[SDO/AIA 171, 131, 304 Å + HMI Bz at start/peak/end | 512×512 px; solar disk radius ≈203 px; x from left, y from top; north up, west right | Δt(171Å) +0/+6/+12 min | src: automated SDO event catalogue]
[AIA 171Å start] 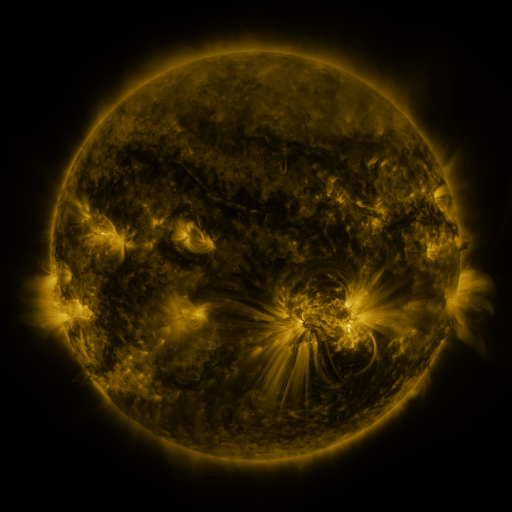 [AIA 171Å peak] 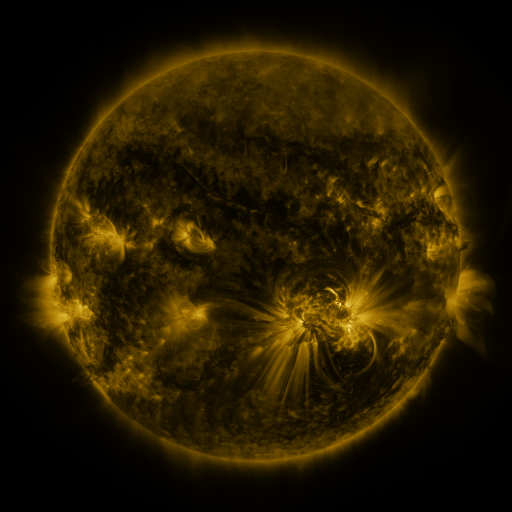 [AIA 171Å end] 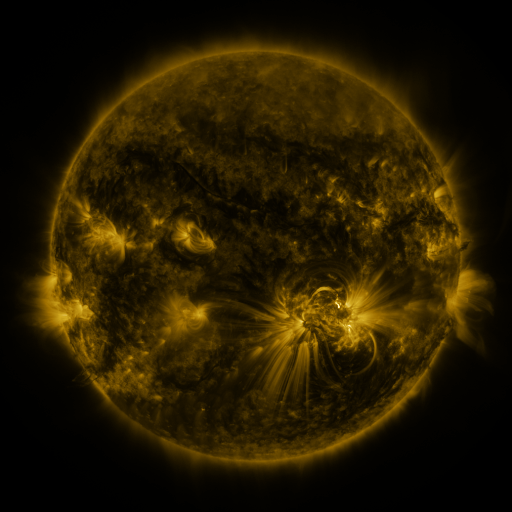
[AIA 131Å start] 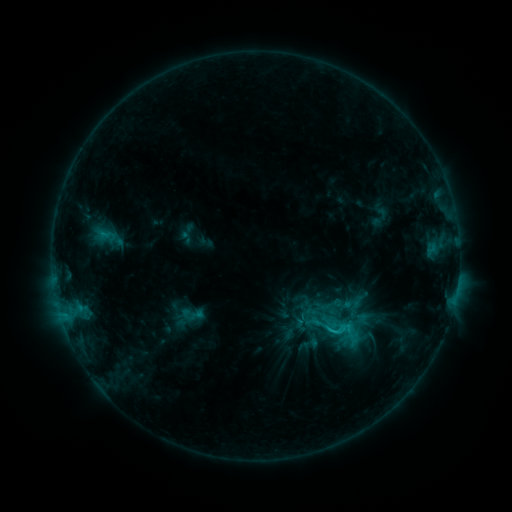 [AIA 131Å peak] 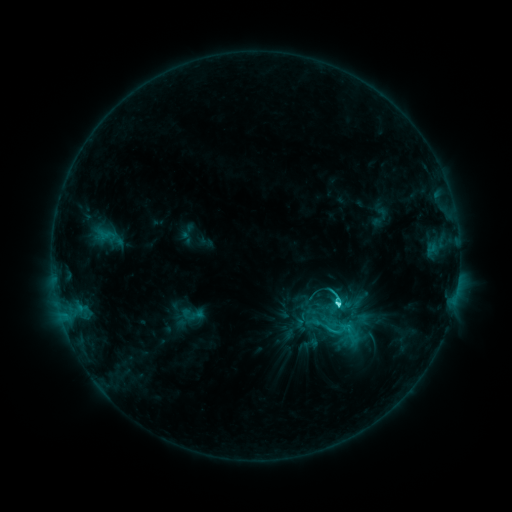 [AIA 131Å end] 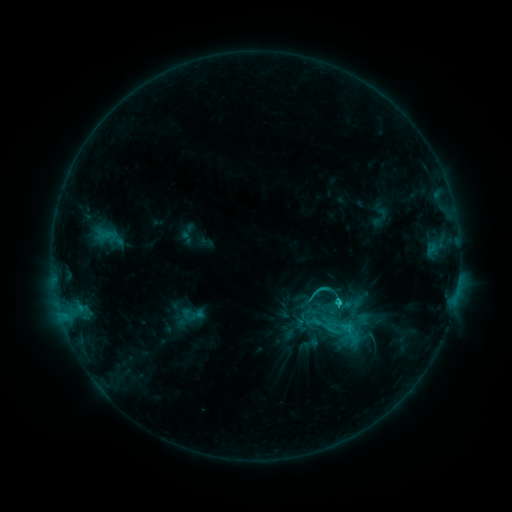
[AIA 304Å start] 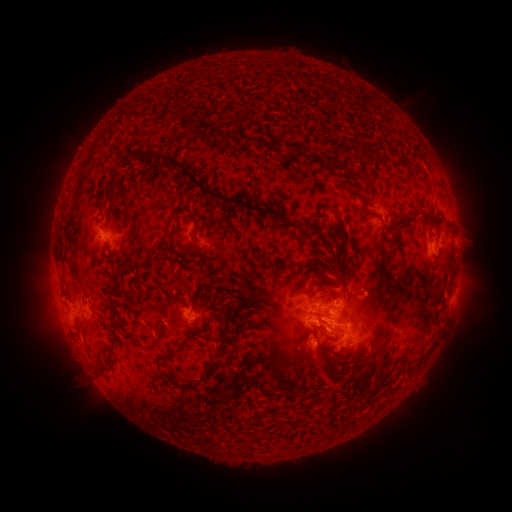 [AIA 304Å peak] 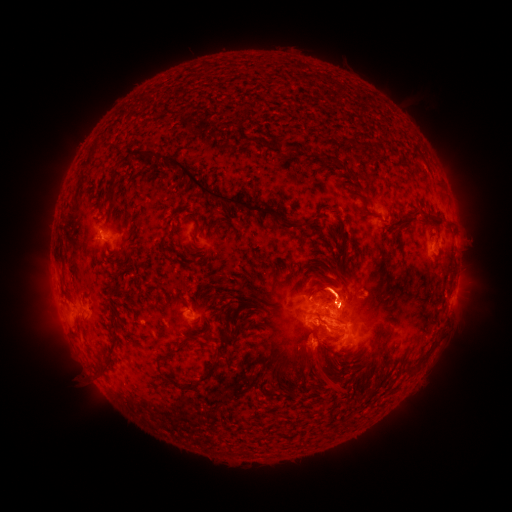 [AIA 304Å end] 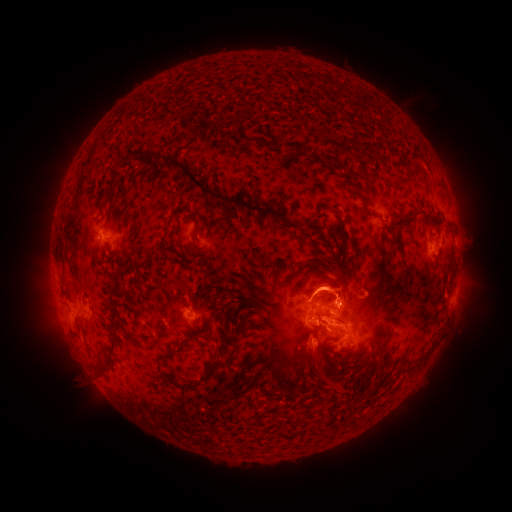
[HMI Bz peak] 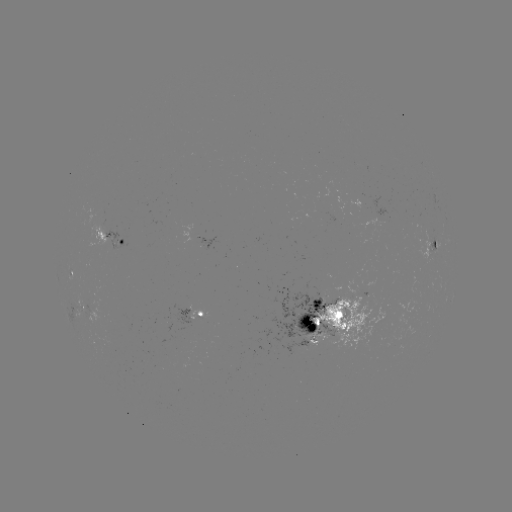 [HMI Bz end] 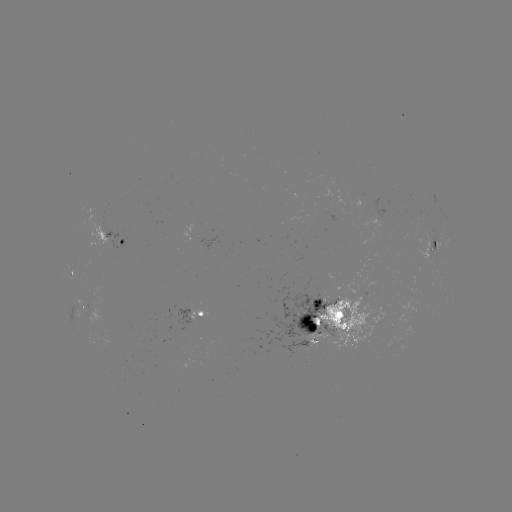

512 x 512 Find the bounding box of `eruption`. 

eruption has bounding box [266, 253, 409, 328].